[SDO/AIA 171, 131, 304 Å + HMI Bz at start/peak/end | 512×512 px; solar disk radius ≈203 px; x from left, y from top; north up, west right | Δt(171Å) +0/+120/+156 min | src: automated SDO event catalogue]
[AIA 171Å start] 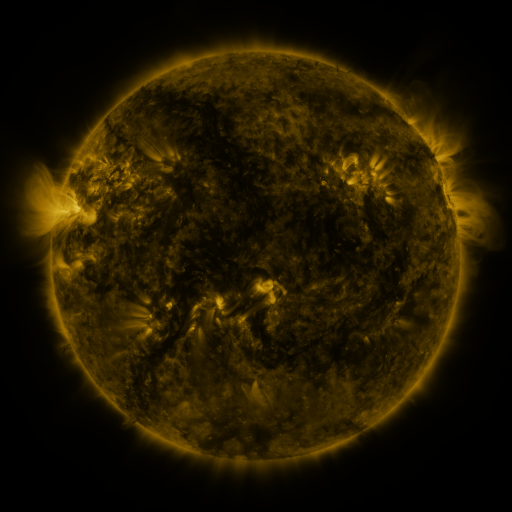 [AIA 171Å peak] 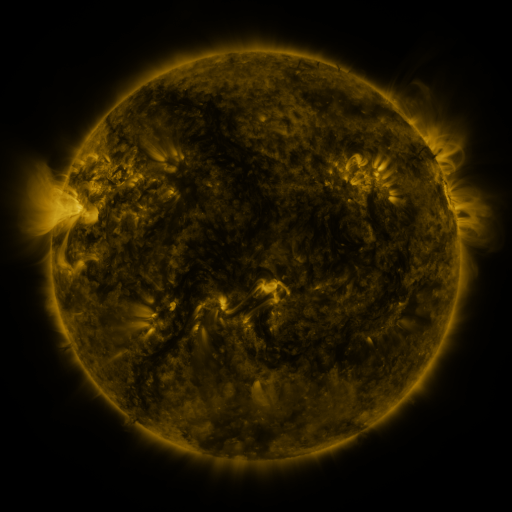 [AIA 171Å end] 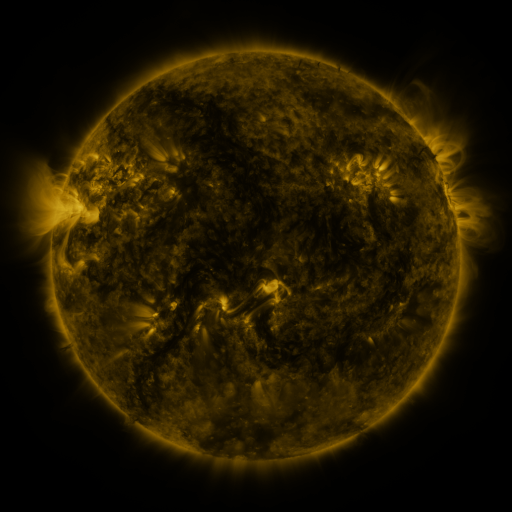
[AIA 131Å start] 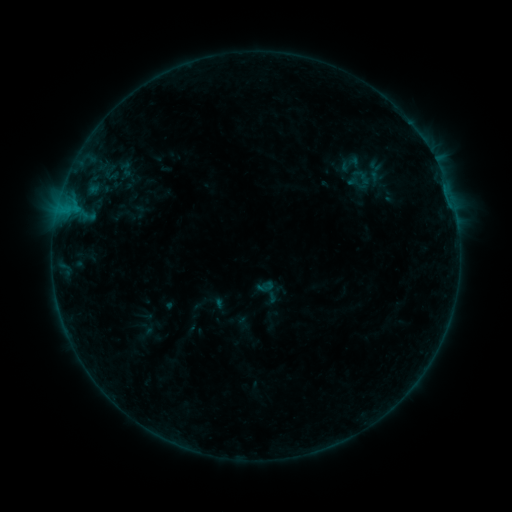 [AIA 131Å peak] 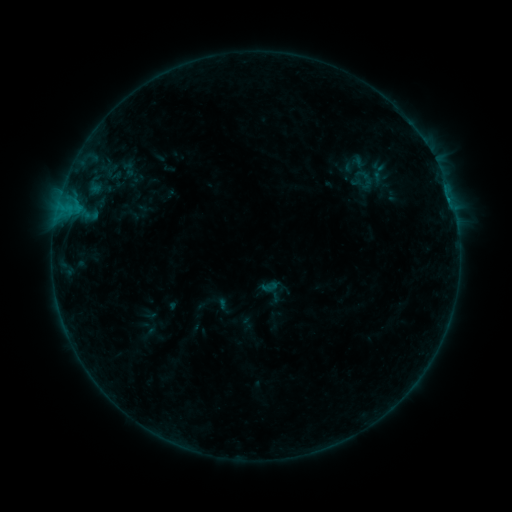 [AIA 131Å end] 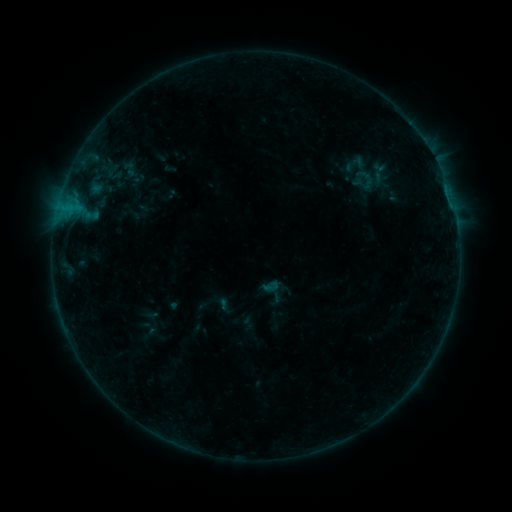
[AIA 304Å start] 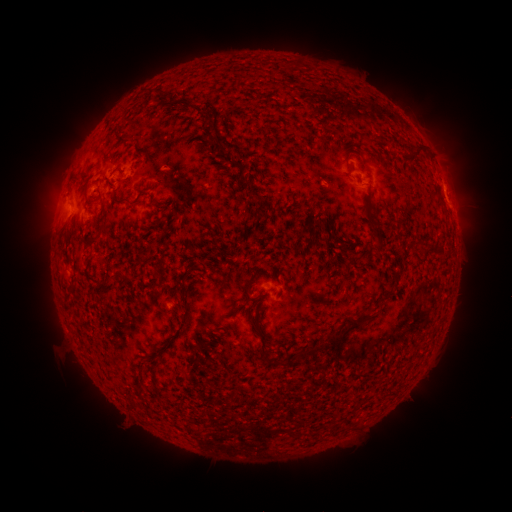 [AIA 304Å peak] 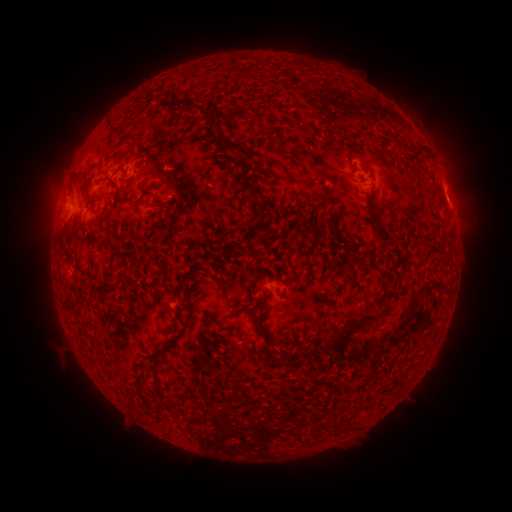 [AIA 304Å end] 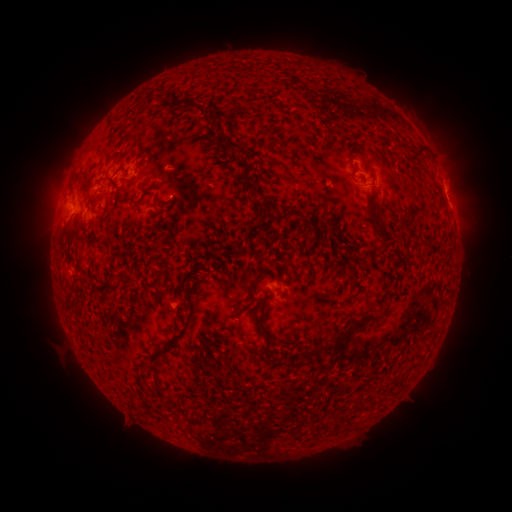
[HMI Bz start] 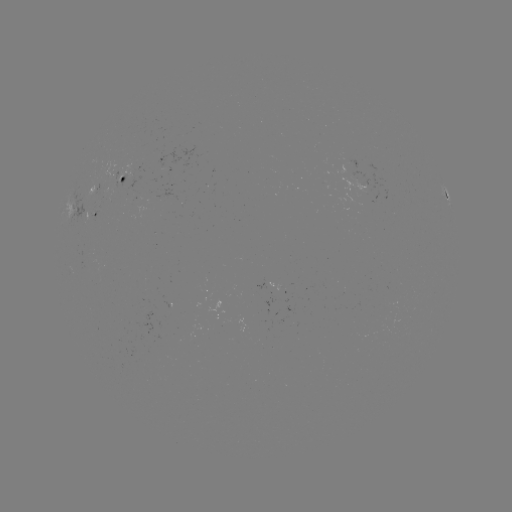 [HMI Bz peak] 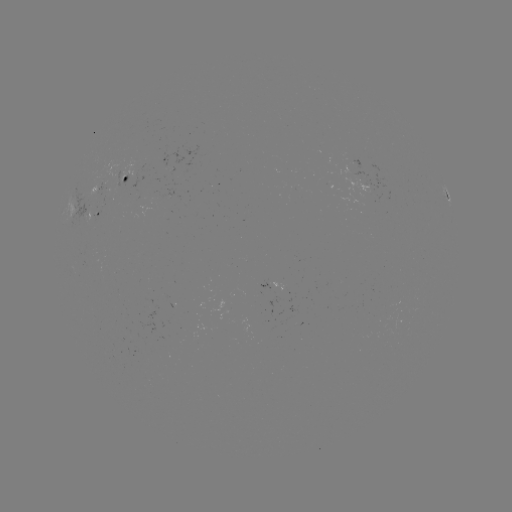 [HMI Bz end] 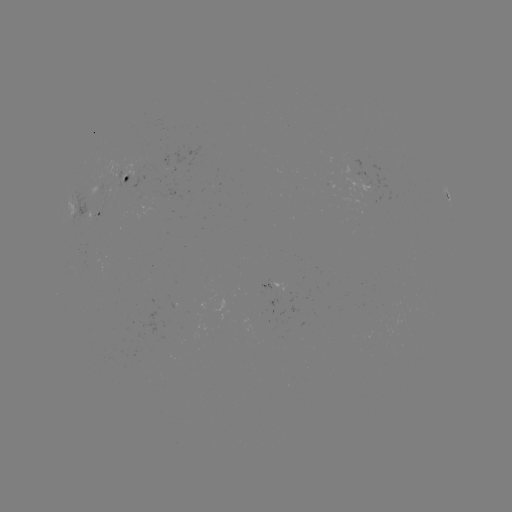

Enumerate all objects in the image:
emerging-flux region: (98, 188)
